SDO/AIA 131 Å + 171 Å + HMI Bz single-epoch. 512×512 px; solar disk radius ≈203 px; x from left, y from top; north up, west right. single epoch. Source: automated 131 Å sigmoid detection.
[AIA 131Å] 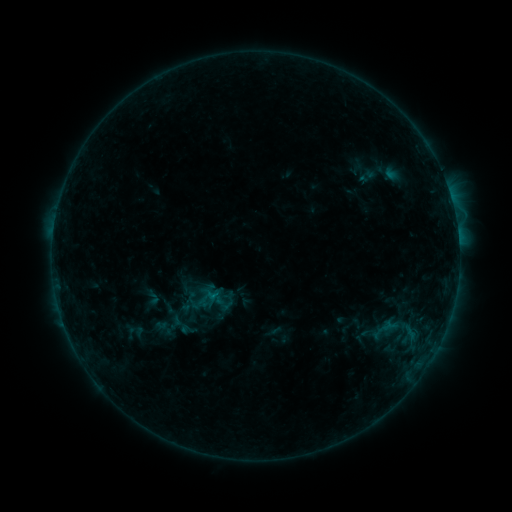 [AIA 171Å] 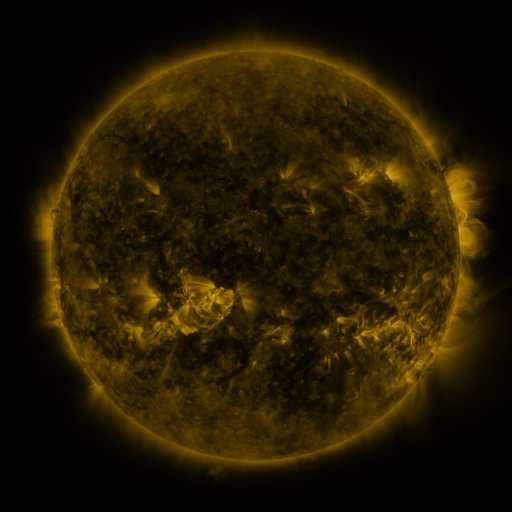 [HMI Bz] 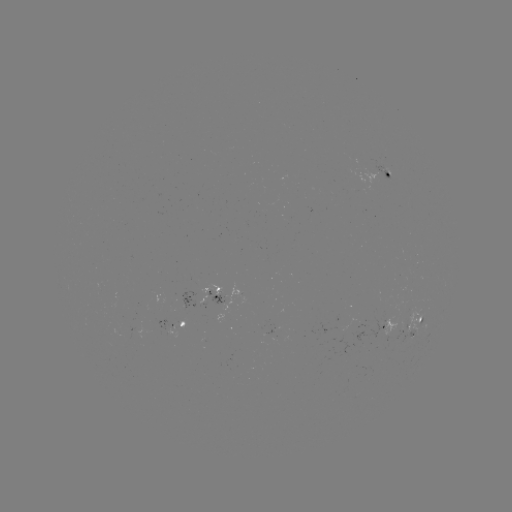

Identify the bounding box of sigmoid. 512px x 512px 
[141, 287, 164, 307].